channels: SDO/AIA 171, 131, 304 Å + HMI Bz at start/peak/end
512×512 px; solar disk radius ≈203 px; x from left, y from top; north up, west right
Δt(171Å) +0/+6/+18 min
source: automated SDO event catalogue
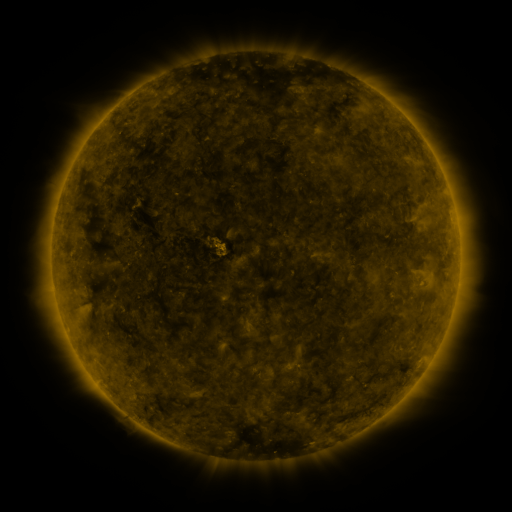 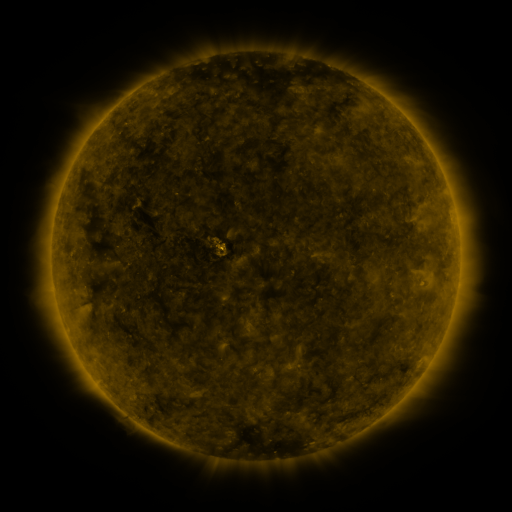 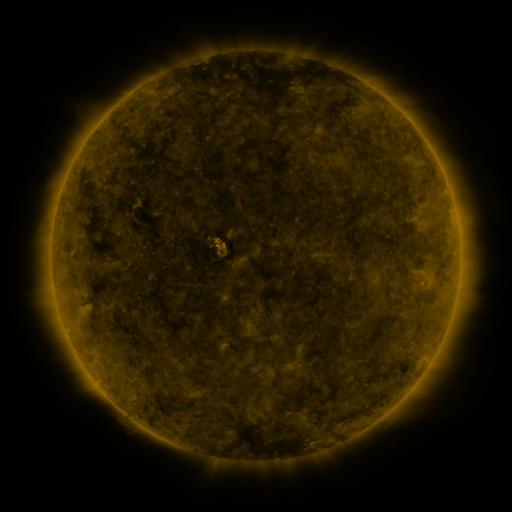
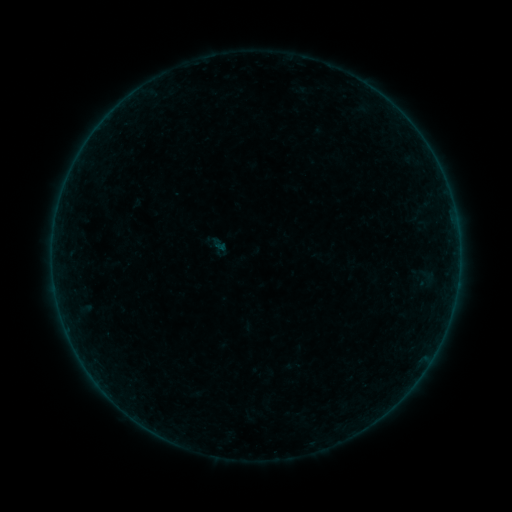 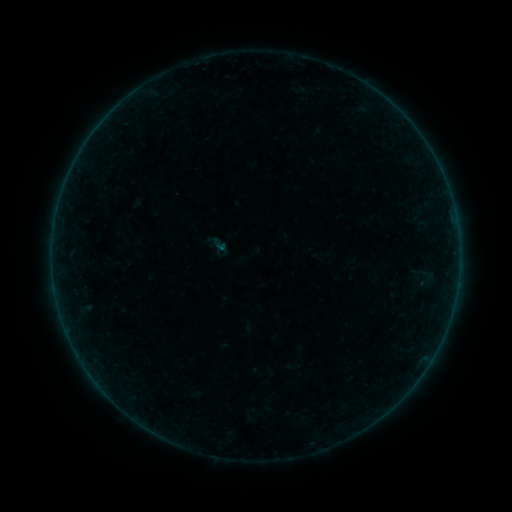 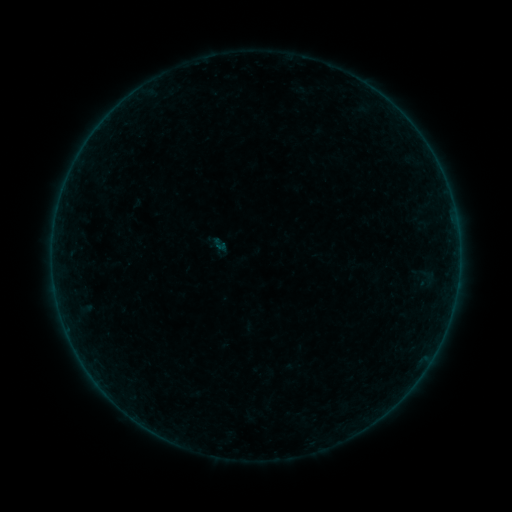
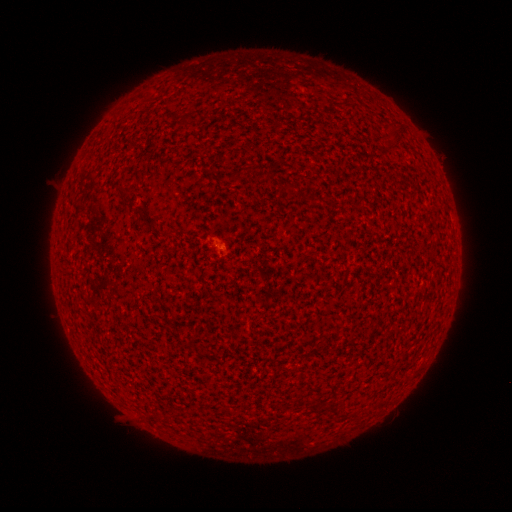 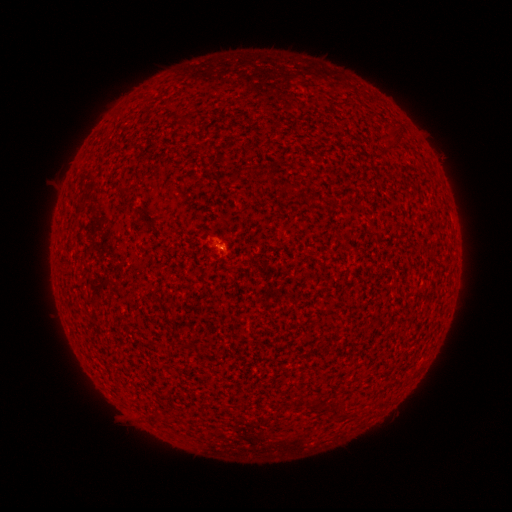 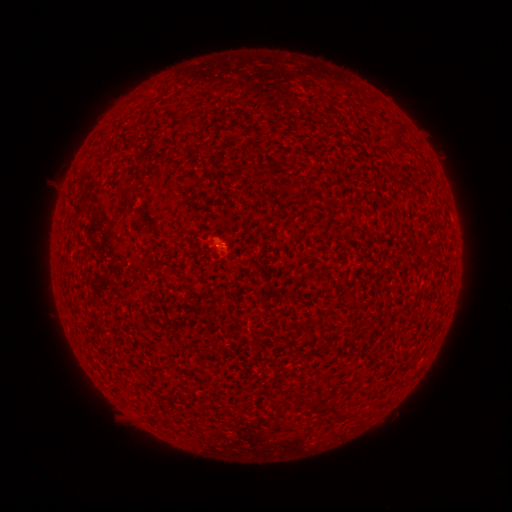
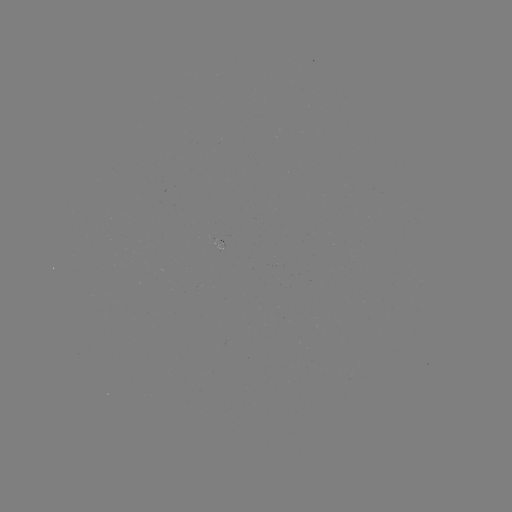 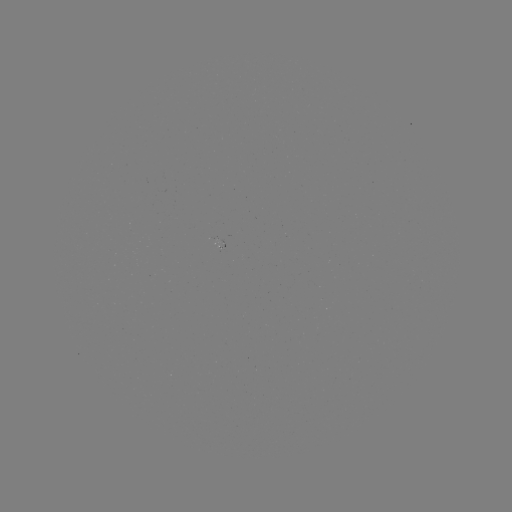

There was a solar flare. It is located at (224, 251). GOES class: B1.1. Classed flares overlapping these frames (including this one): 3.